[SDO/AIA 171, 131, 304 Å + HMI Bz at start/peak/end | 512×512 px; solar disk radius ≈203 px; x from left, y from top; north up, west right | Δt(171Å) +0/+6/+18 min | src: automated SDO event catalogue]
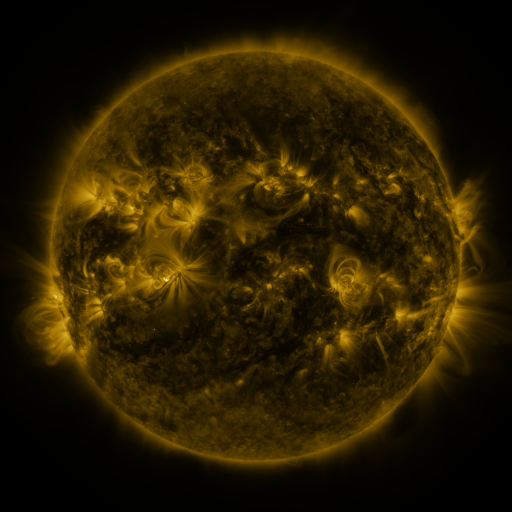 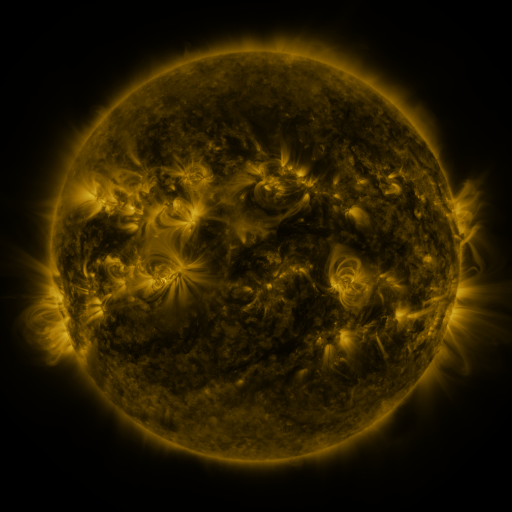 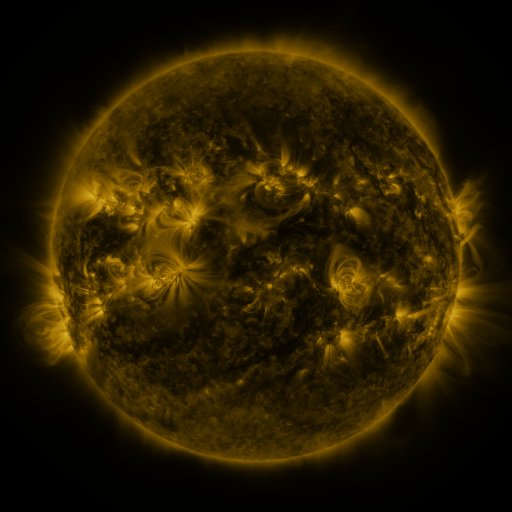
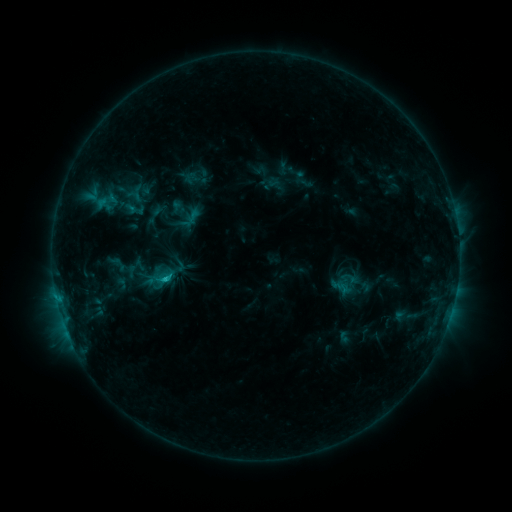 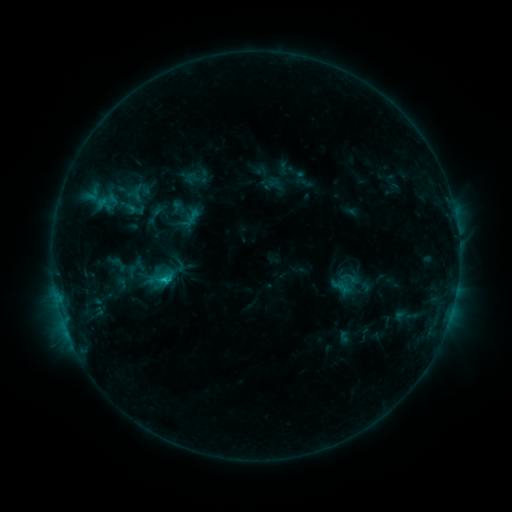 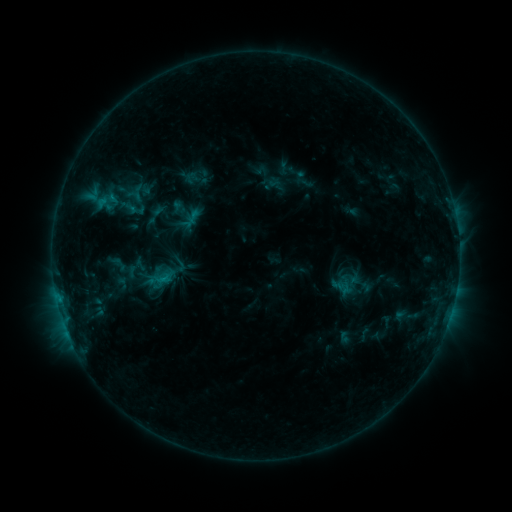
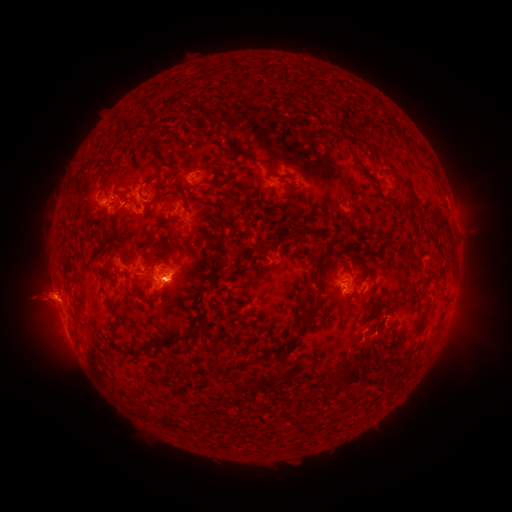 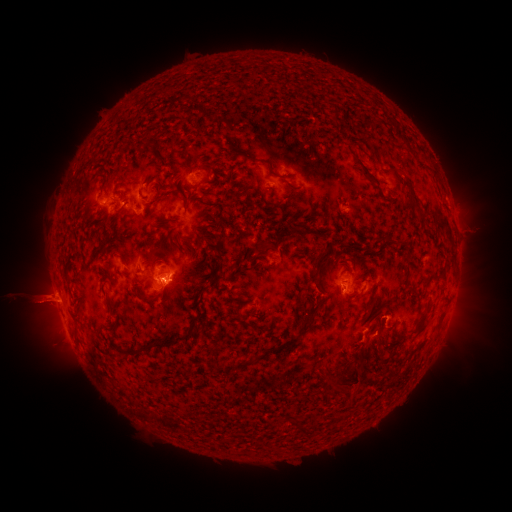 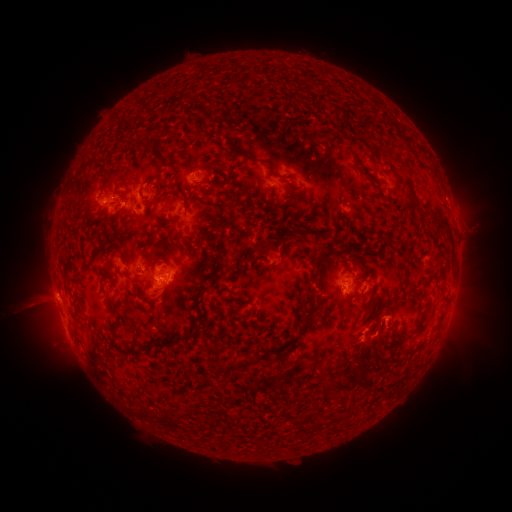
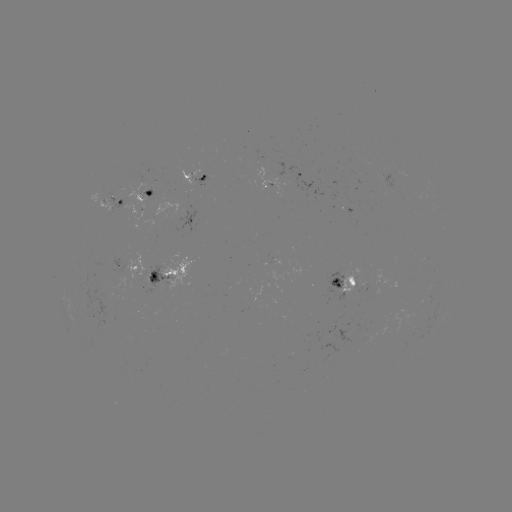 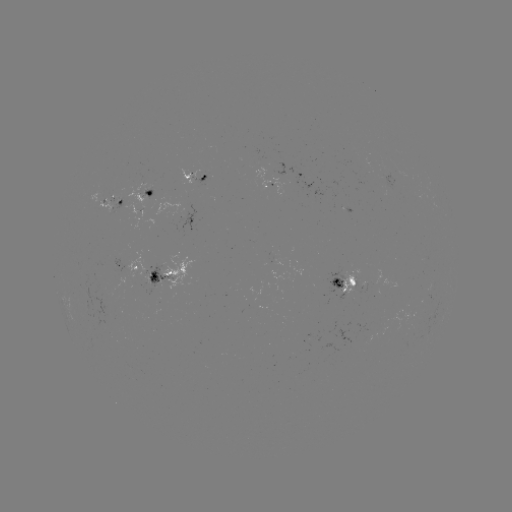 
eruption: [334, 366, 379, 408]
